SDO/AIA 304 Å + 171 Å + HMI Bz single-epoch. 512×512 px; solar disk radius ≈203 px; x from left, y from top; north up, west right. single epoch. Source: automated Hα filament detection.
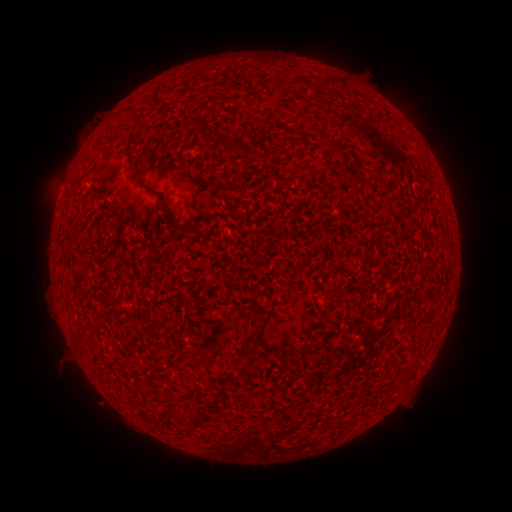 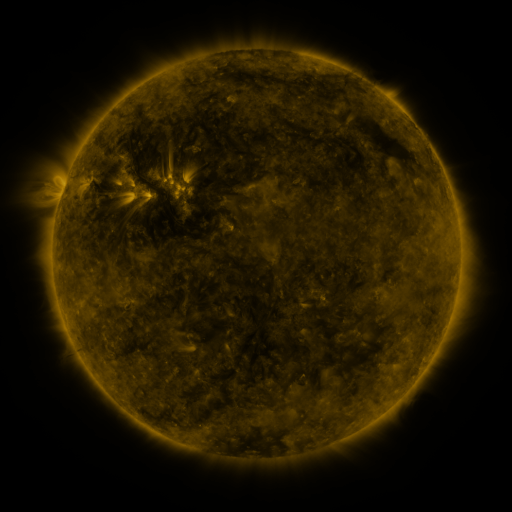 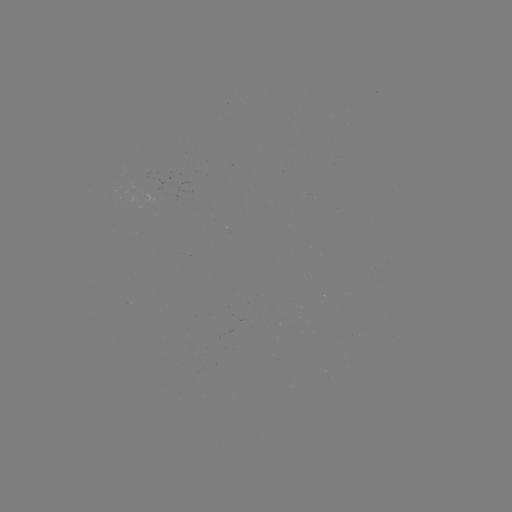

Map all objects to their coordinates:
filament: <bbox>197, 118, 207, 128</bbox>
filament: <bbox>214, 135, 248, 150</bbox>
filament: <bbox>129, 154, 140, 175</bbox>
filament: <bbox>156, 188, 192, 231</bbox>
filament: <bbox>248, 333, 258, 346</bbox>
filament: <bbox>240, 351, 249, 365</bbox>
